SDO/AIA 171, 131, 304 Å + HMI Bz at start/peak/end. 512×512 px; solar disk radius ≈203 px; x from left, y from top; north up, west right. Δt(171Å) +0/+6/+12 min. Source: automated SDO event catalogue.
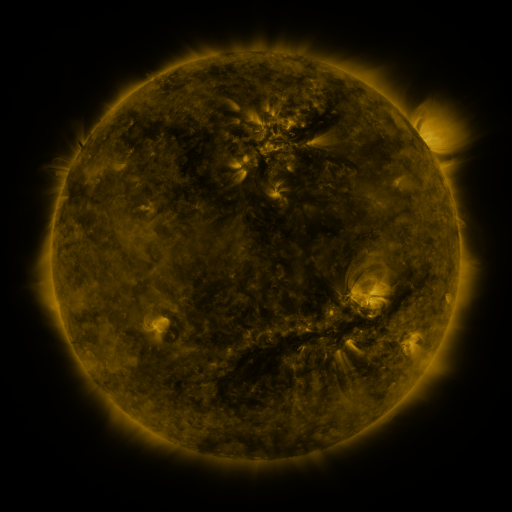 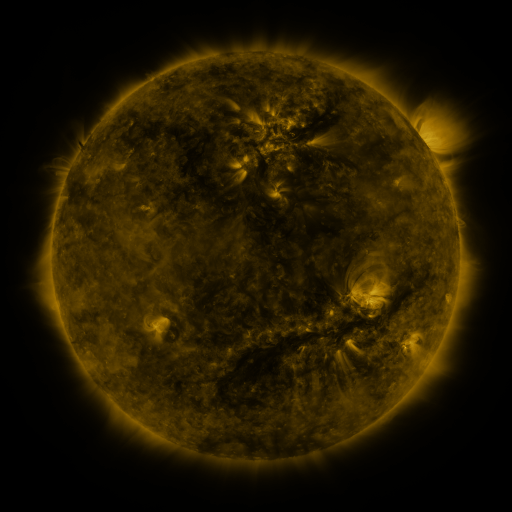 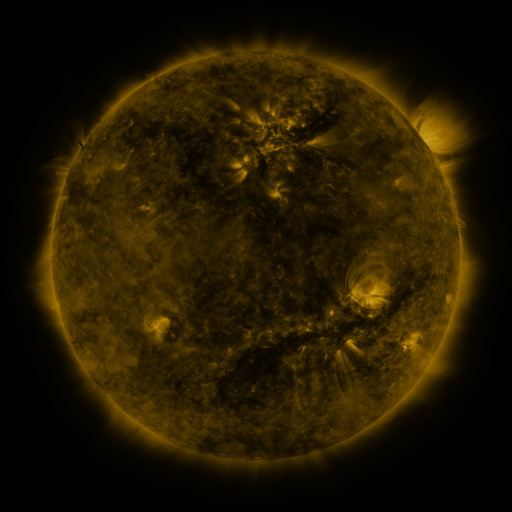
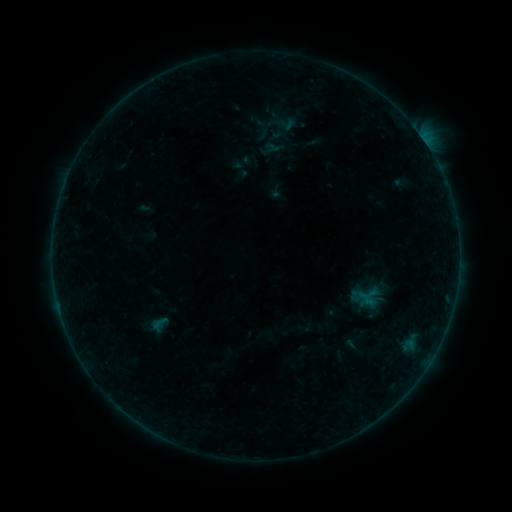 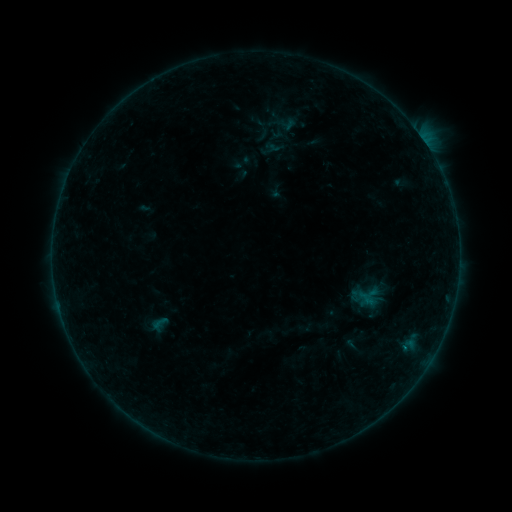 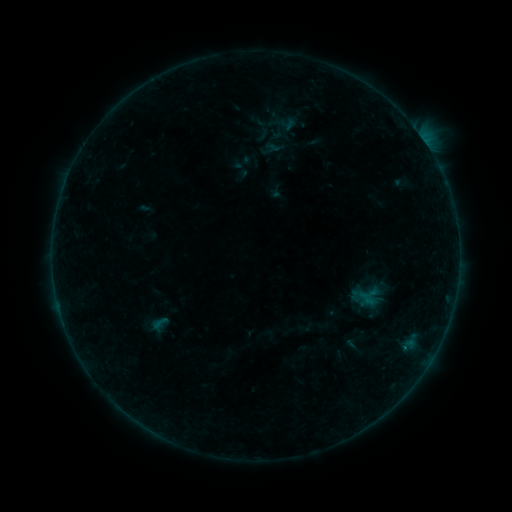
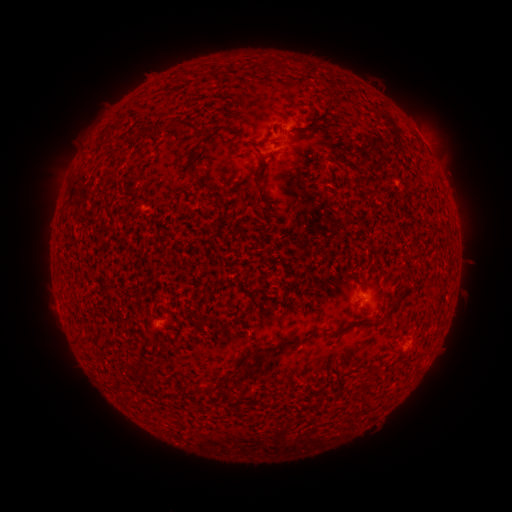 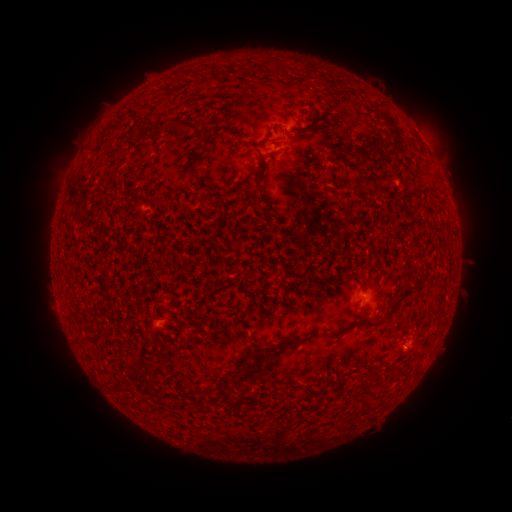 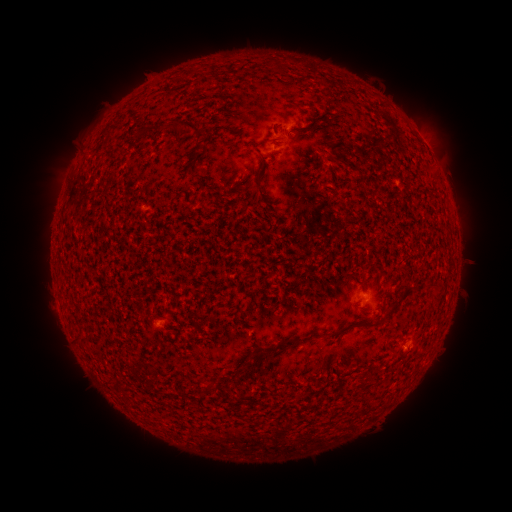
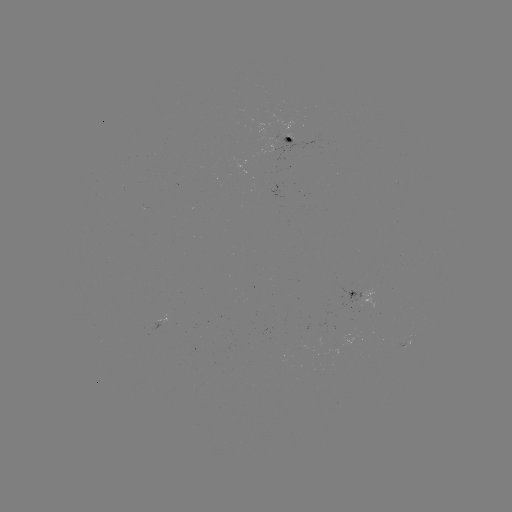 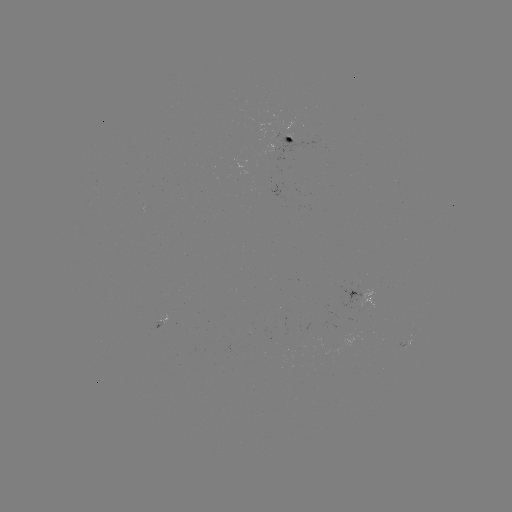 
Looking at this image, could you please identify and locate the B1.2 flare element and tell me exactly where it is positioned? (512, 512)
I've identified B1.2 flare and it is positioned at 405,345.